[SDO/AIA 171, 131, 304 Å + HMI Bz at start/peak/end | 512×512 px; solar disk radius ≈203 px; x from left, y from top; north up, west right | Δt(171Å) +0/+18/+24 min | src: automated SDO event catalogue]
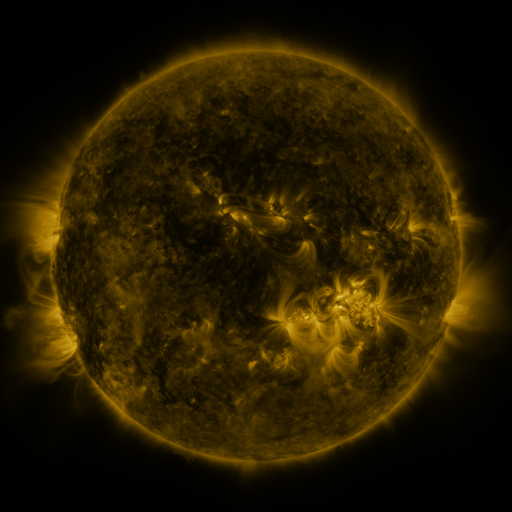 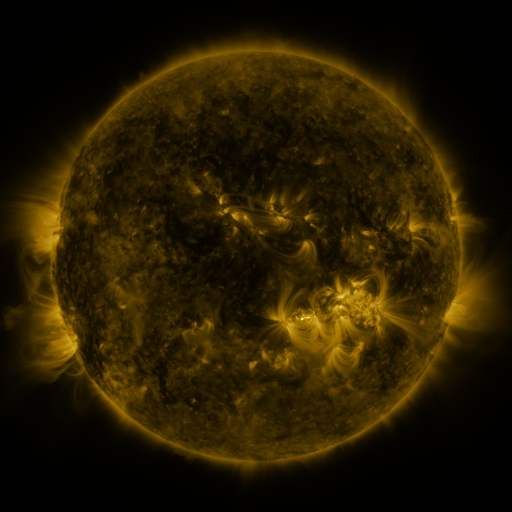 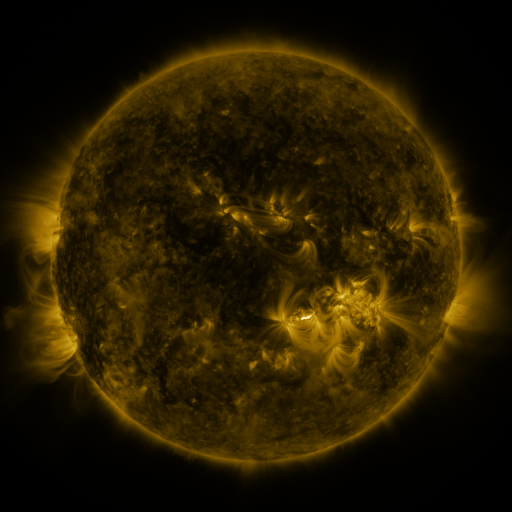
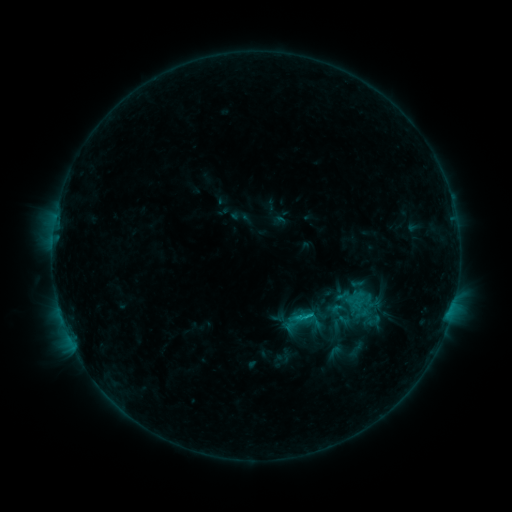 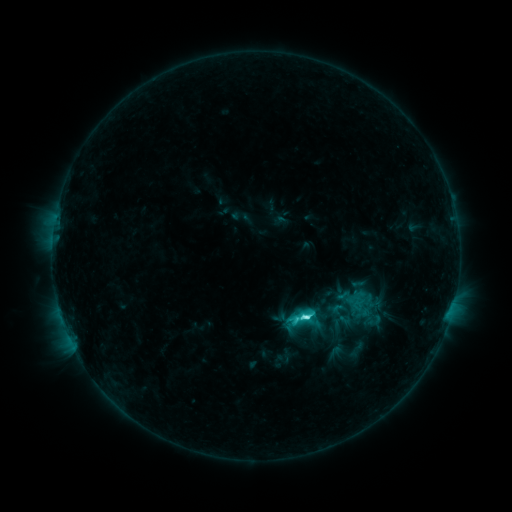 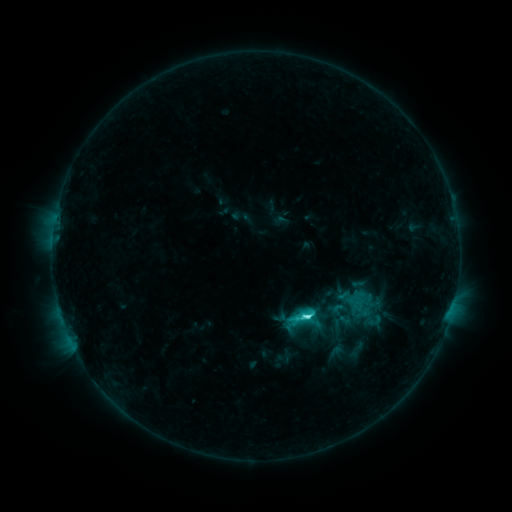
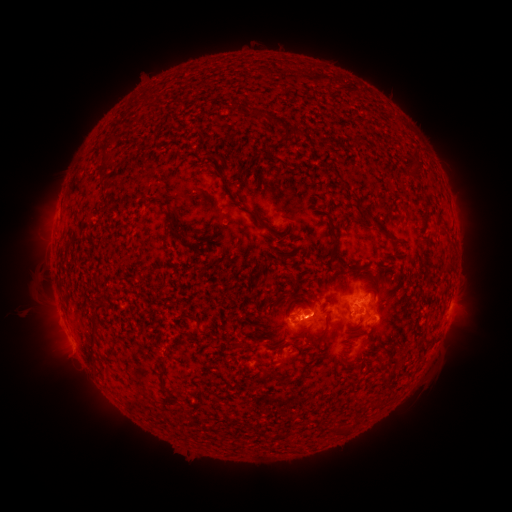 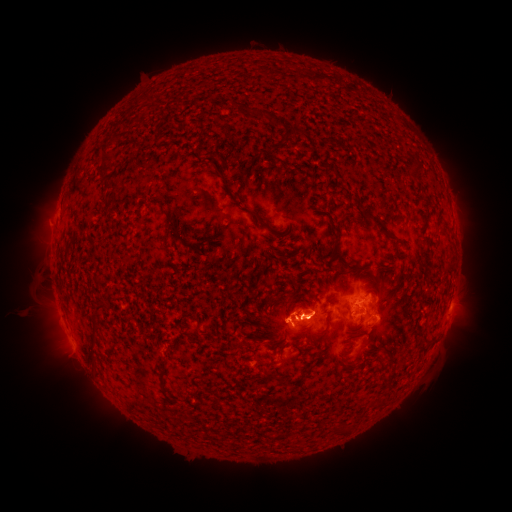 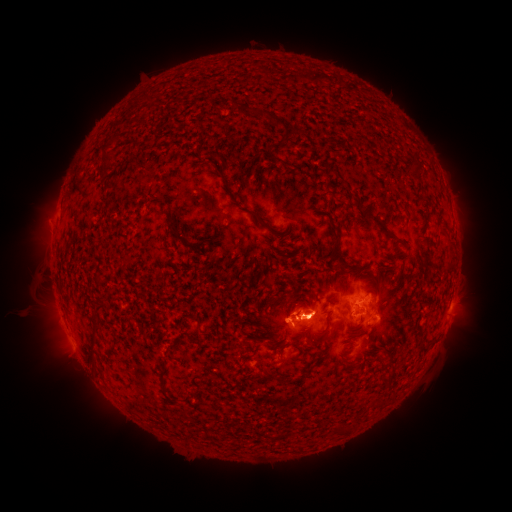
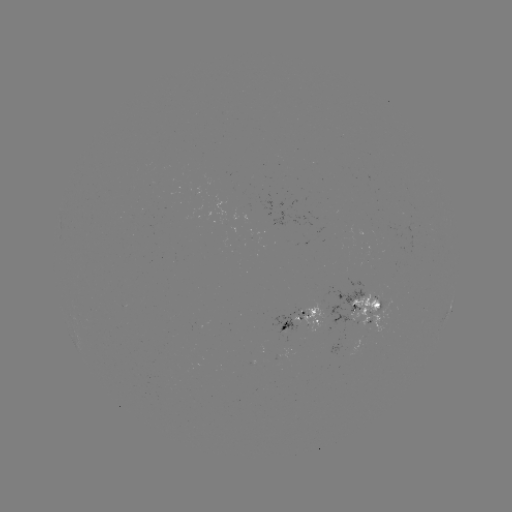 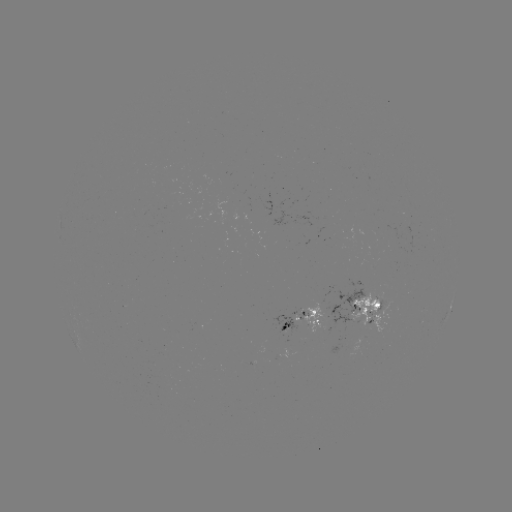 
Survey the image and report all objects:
C4.9 flare: (304, 314)
